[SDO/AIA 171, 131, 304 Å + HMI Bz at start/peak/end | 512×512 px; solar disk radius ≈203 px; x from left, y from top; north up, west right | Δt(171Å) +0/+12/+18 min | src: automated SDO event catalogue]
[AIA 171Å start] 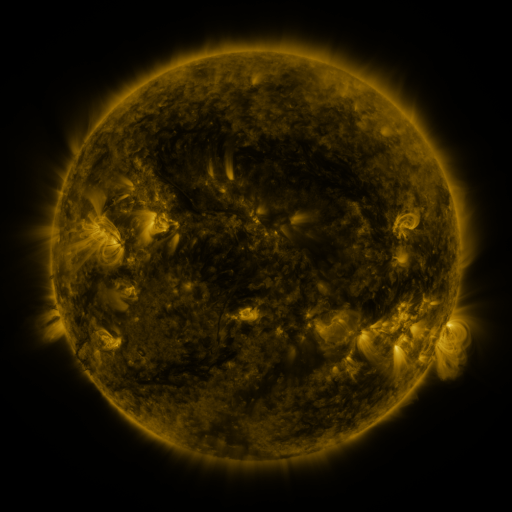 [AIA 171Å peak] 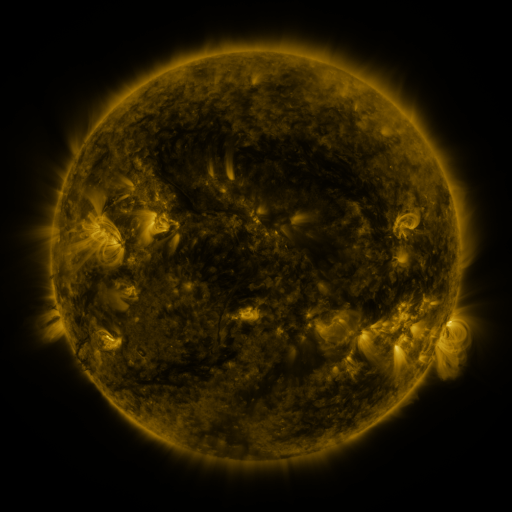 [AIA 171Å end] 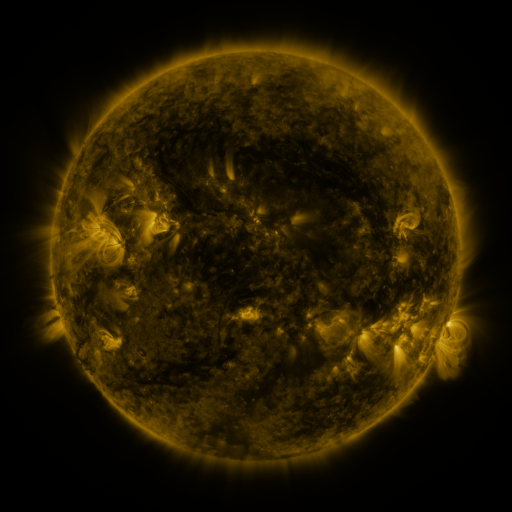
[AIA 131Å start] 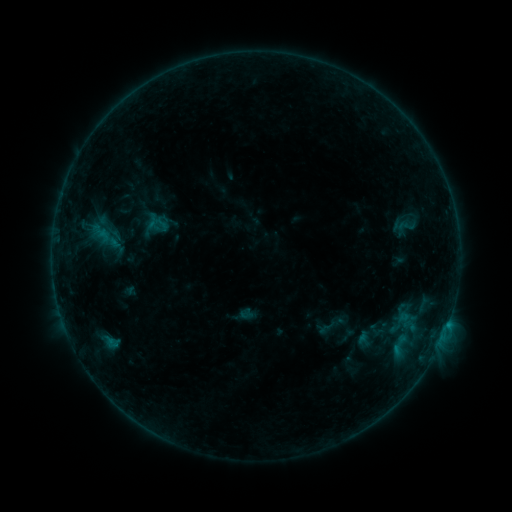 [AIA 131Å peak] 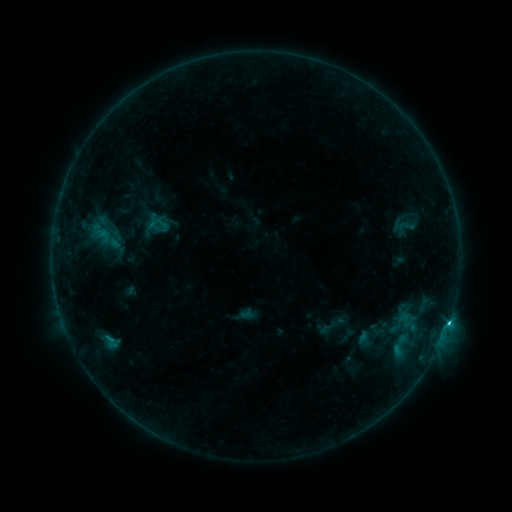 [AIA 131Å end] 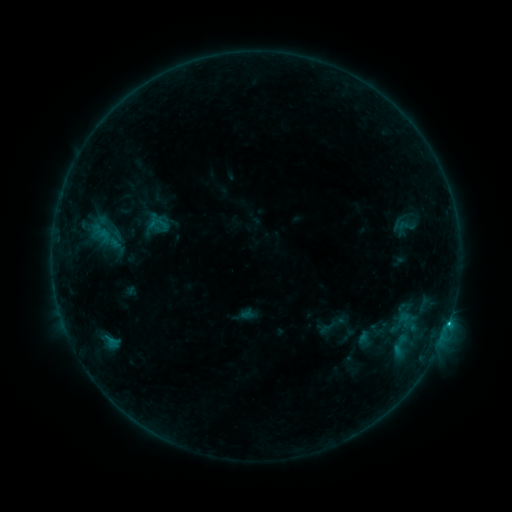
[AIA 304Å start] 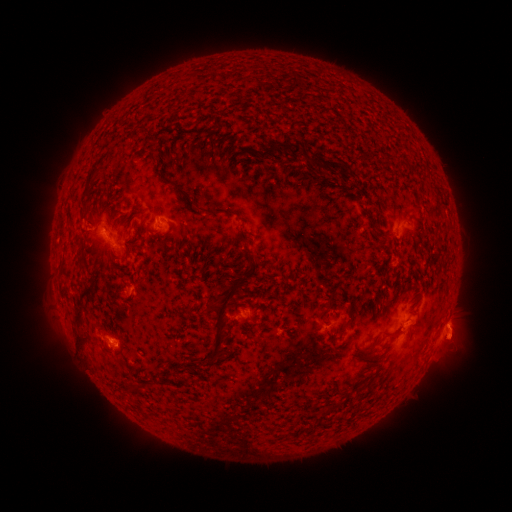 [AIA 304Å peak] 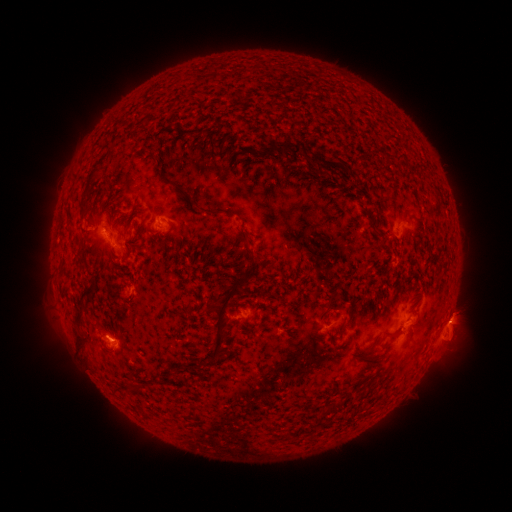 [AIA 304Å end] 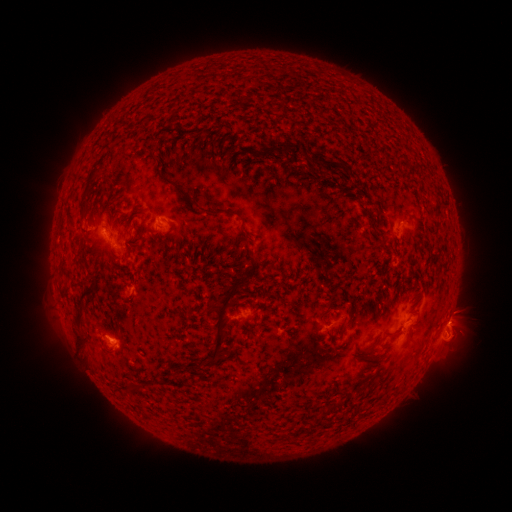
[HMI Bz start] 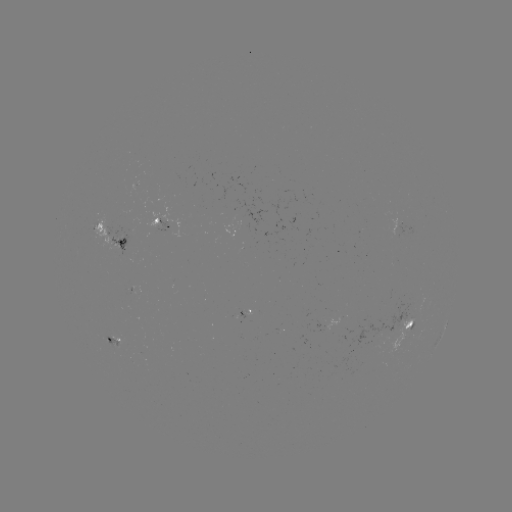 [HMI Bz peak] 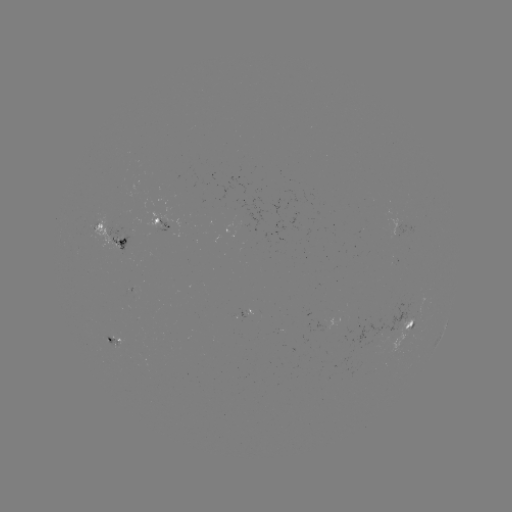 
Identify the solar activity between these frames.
C1.6 flare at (110, 337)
